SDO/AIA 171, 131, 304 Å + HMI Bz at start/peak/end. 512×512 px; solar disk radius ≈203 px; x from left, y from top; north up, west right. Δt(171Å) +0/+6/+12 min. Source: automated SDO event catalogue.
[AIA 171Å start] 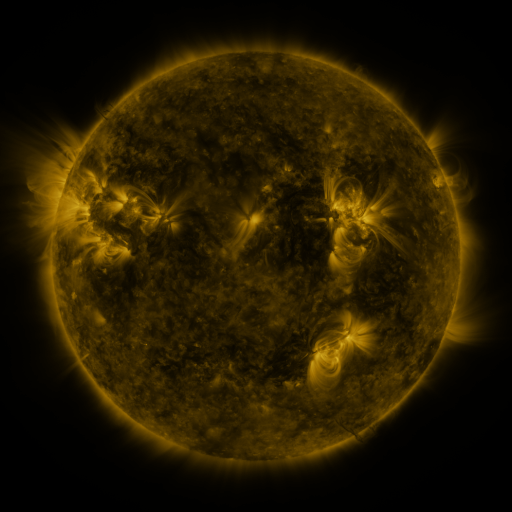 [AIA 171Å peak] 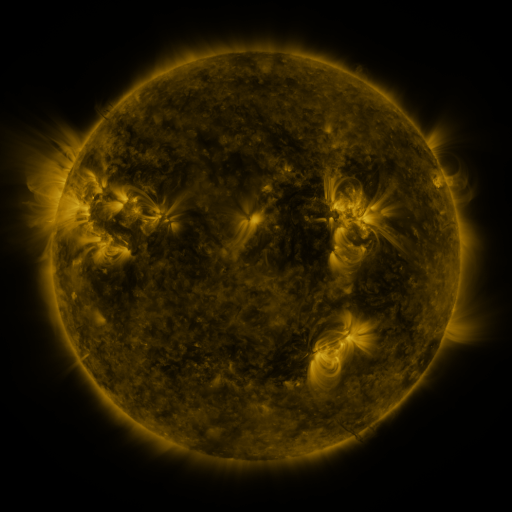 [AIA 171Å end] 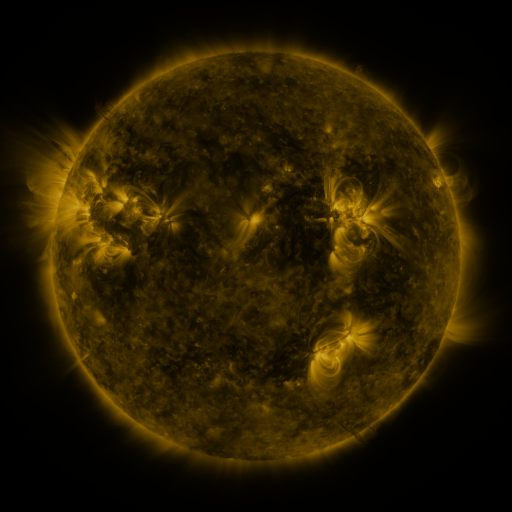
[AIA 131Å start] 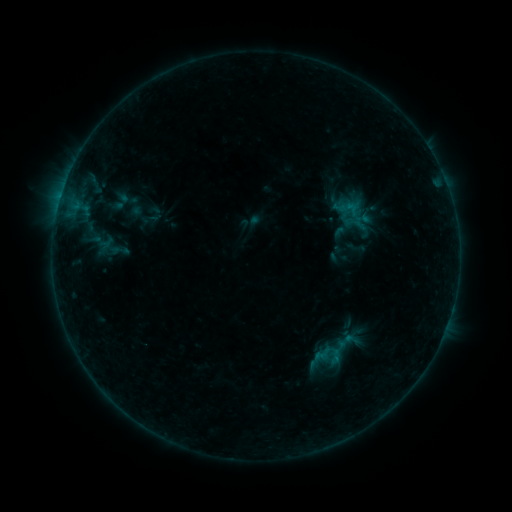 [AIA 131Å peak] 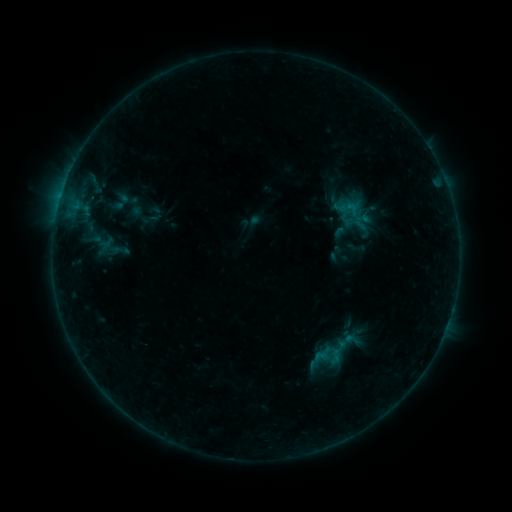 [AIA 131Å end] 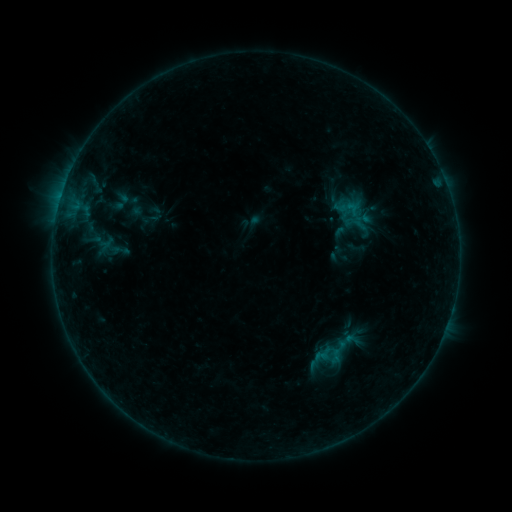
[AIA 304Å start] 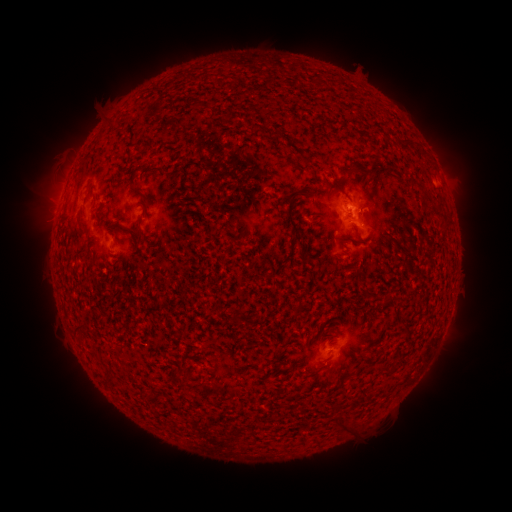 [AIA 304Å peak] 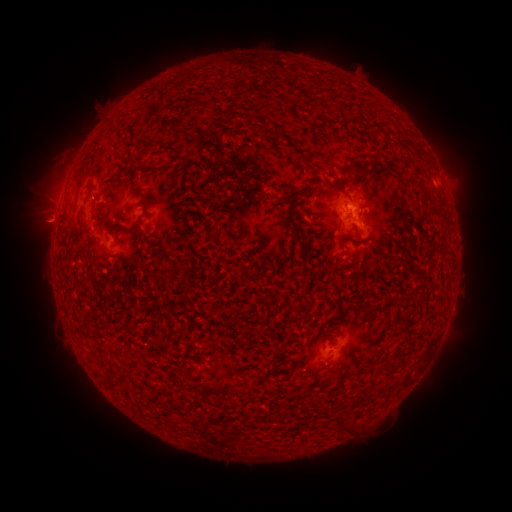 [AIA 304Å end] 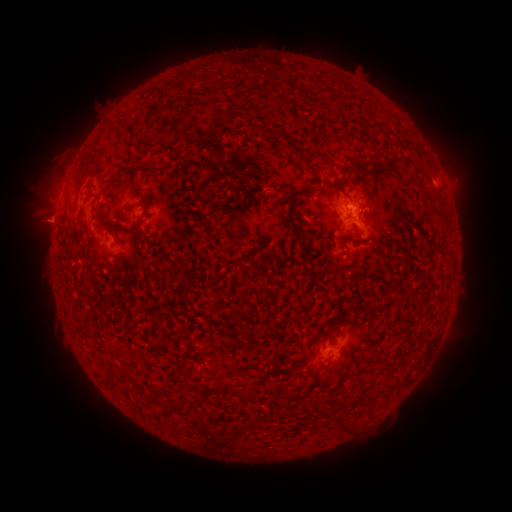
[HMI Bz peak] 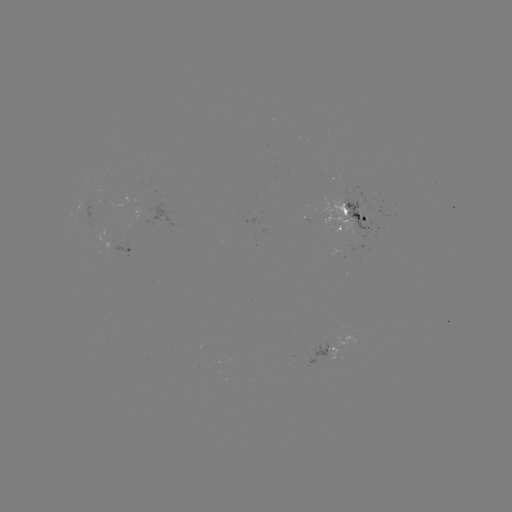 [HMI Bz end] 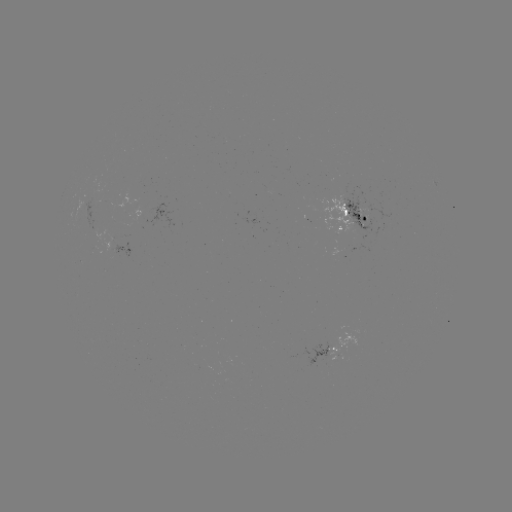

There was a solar eruption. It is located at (44, 217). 